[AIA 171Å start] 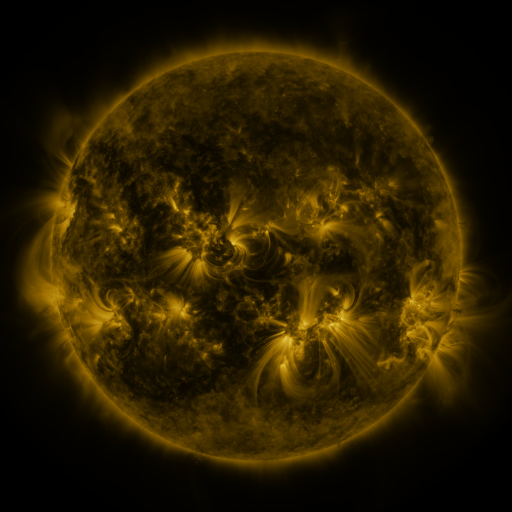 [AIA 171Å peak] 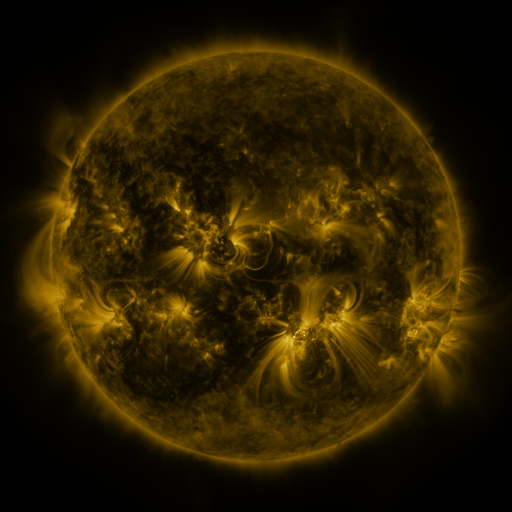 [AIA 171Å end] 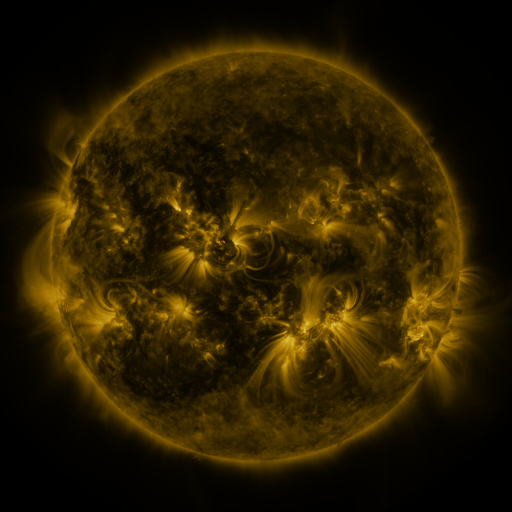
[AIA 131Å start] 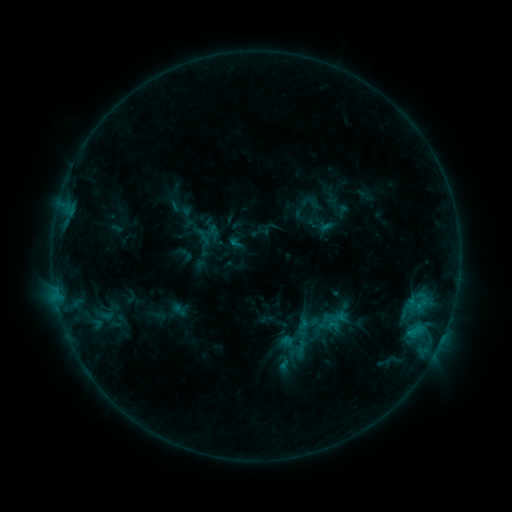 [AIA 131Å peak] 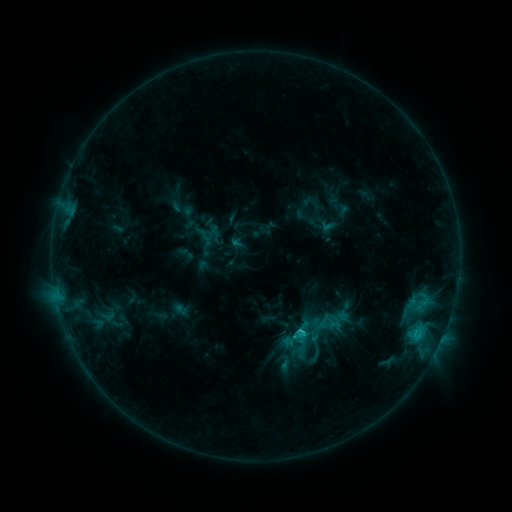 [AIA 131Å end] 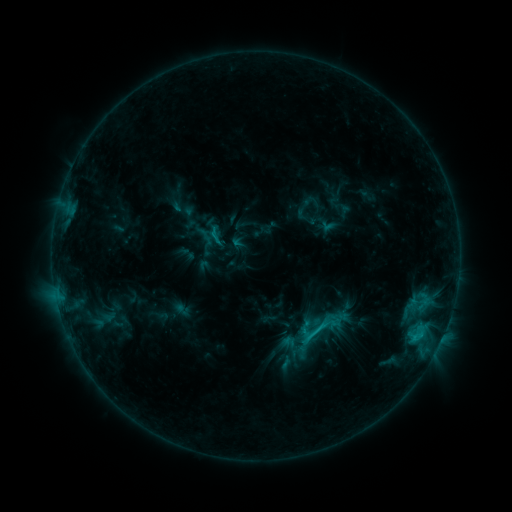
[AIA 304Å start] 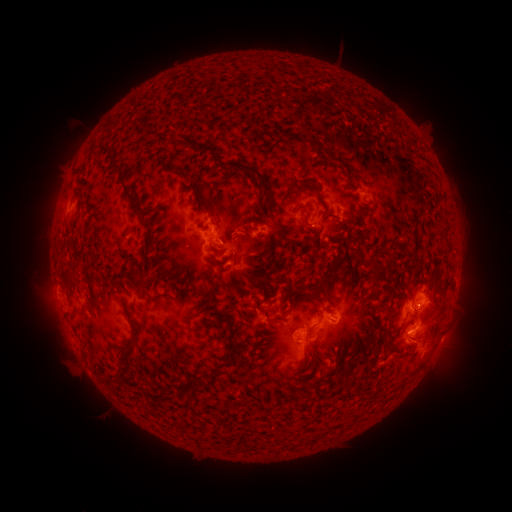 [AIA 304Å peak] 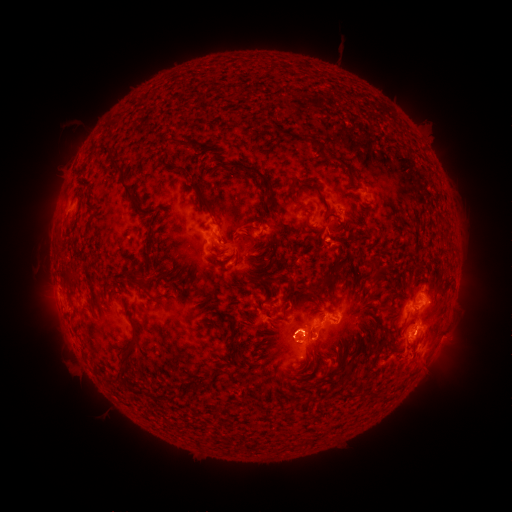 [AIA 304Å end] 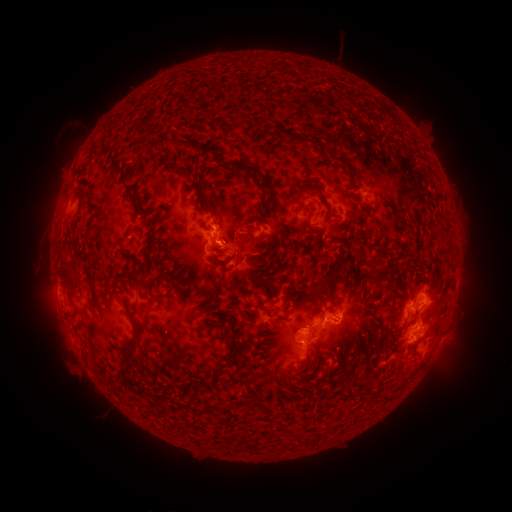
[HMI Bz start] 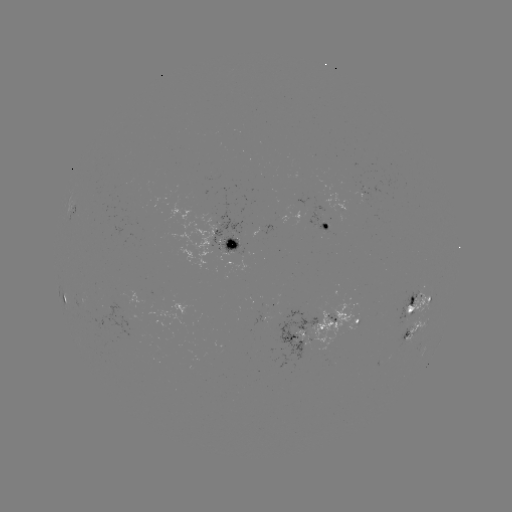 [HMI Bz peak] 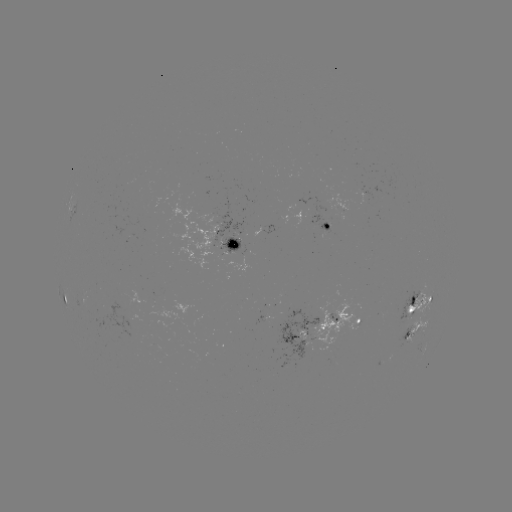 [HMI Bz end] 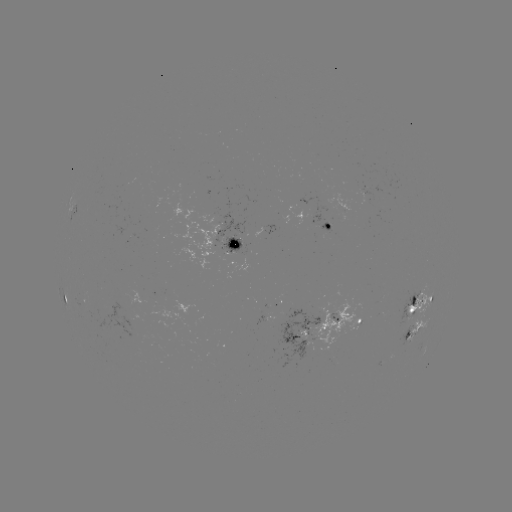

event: flare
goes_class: C2.8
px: (299, 330)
